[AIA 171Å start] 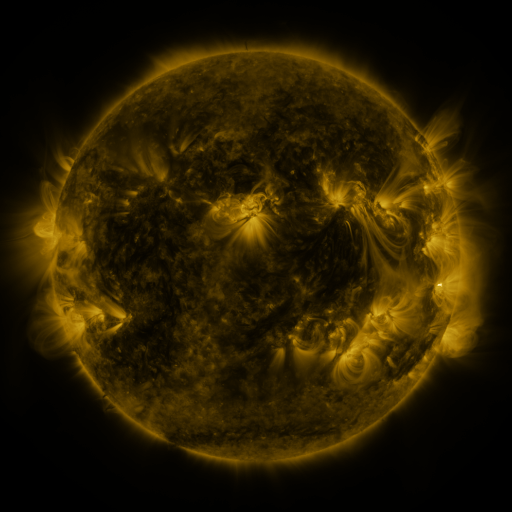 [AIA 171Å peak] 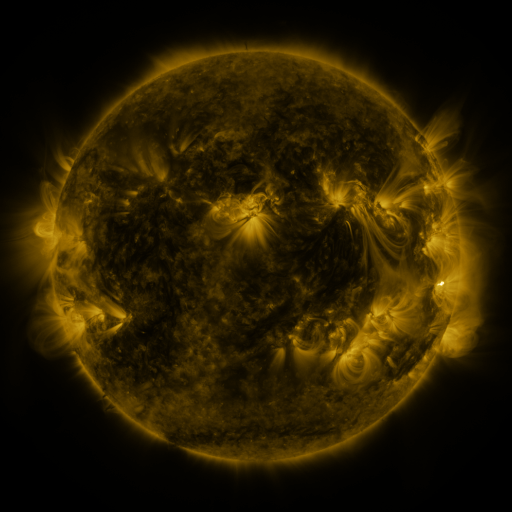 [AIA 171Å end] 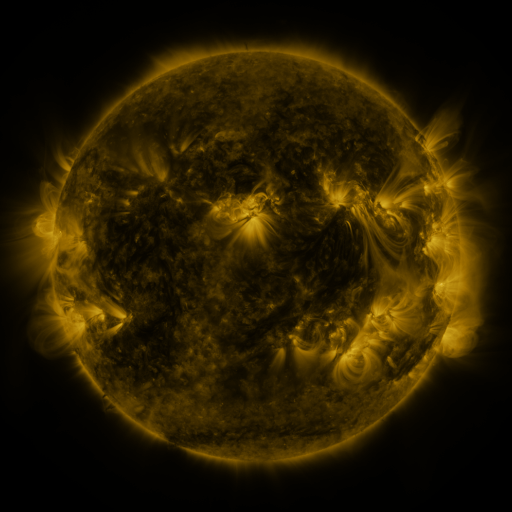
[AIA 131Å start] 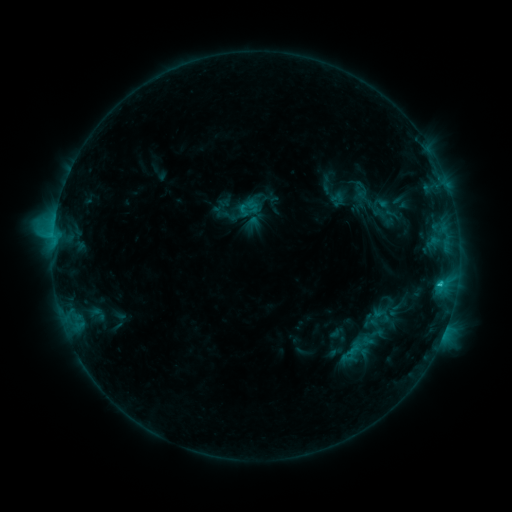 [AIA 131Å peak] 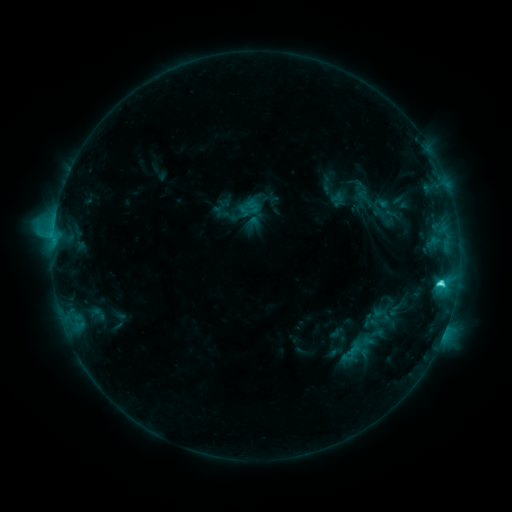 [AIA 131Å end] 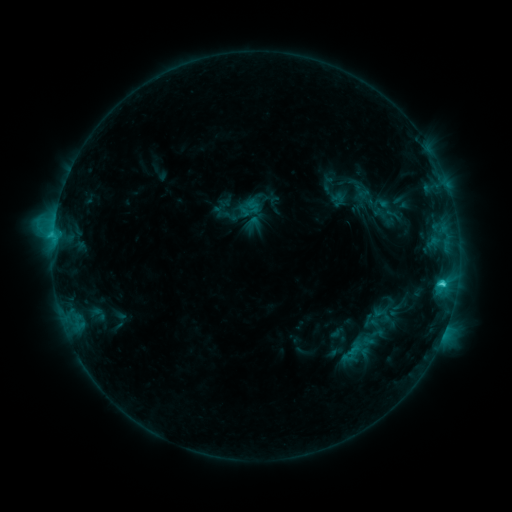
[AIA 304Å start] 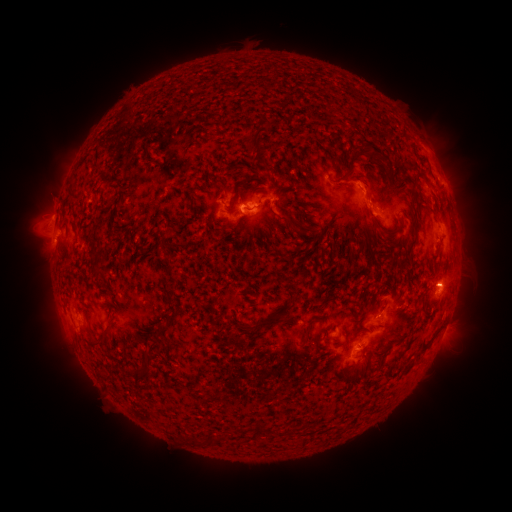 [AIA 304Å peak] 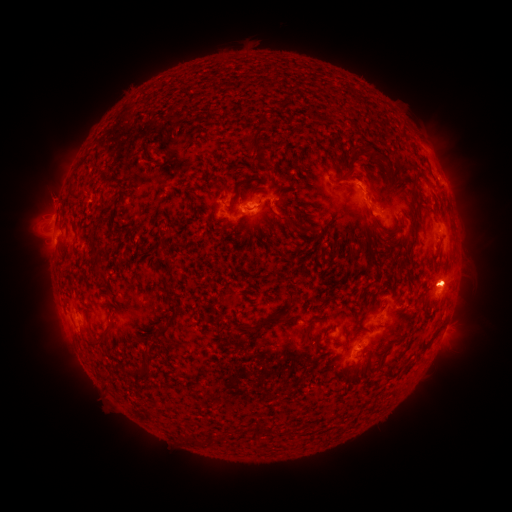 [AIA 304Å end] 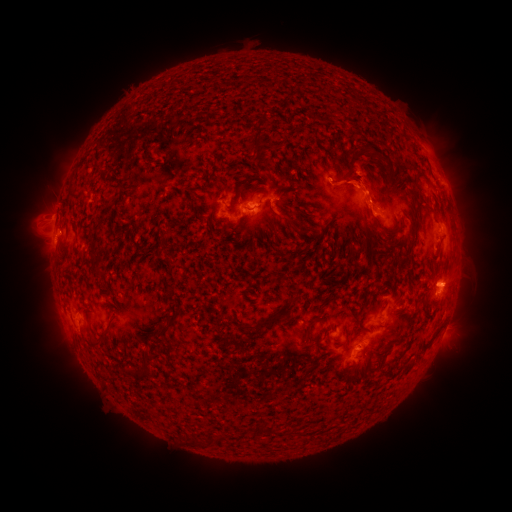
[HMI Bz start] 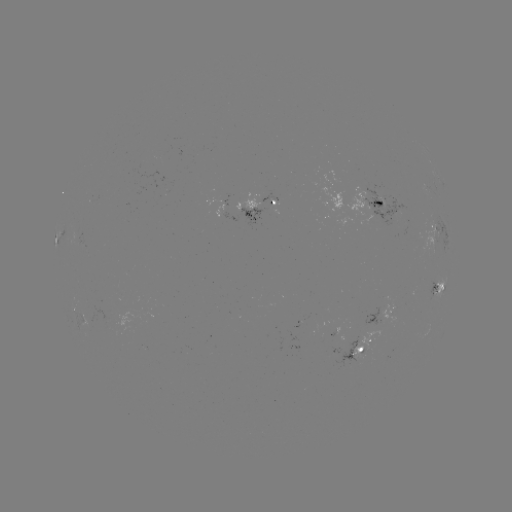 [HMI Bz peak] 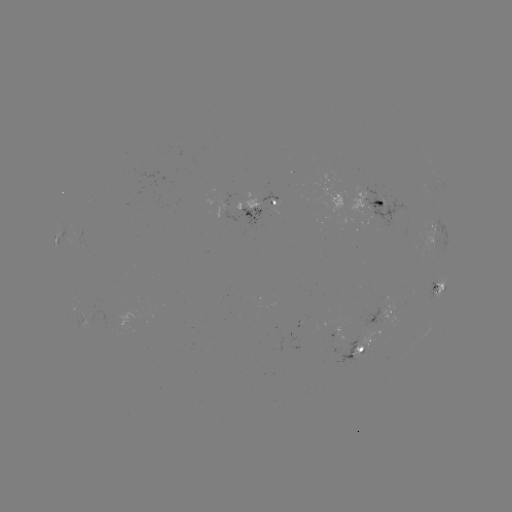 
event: eruption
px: (455, 279)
